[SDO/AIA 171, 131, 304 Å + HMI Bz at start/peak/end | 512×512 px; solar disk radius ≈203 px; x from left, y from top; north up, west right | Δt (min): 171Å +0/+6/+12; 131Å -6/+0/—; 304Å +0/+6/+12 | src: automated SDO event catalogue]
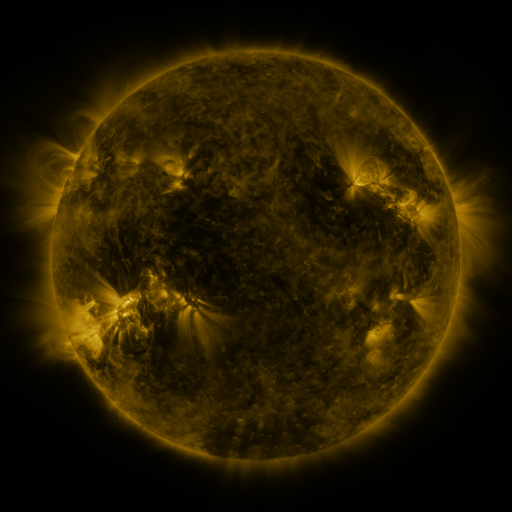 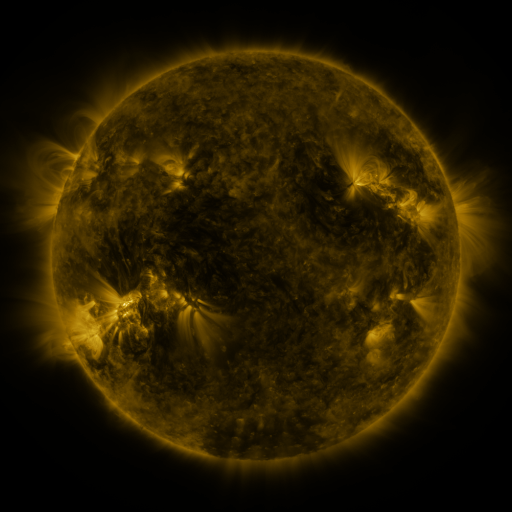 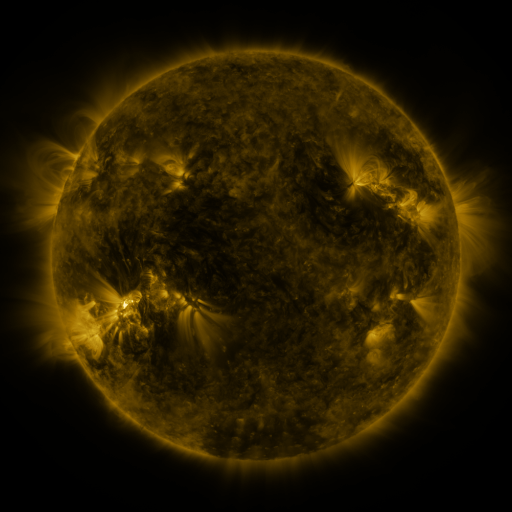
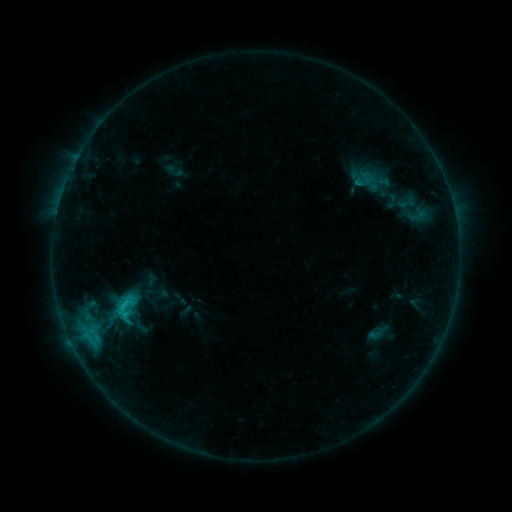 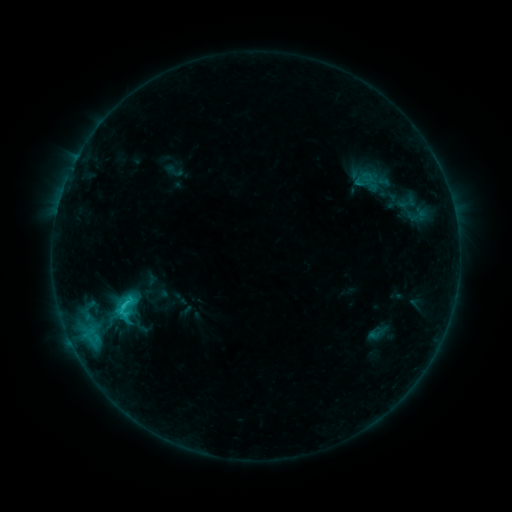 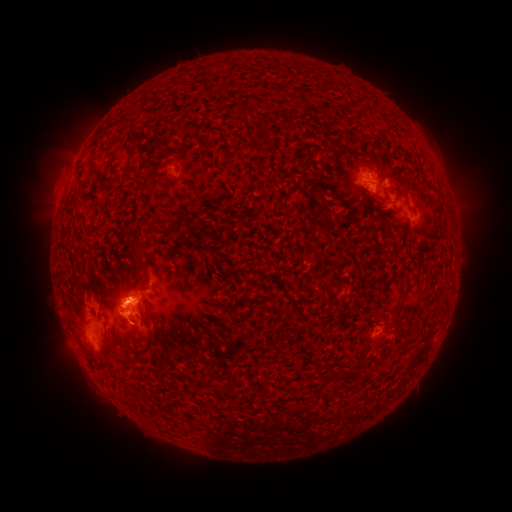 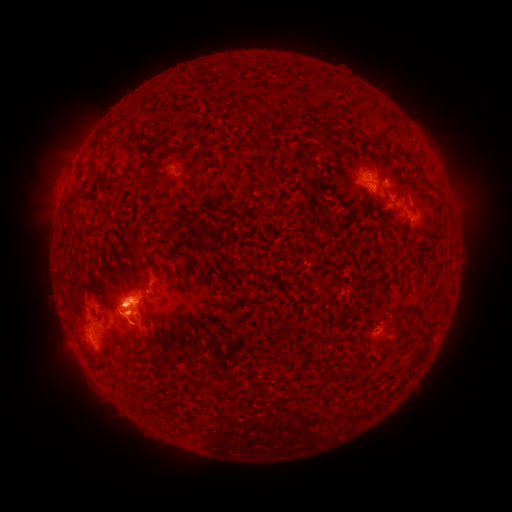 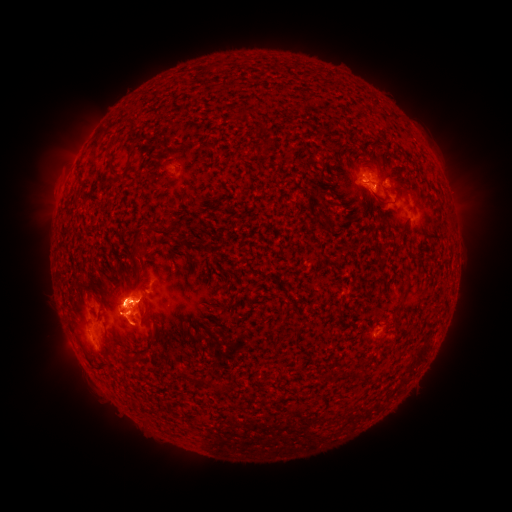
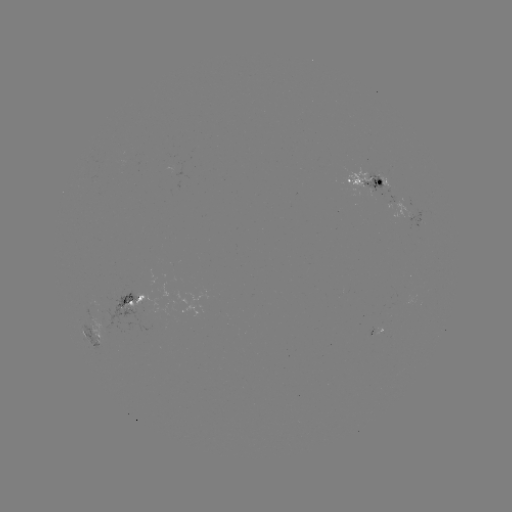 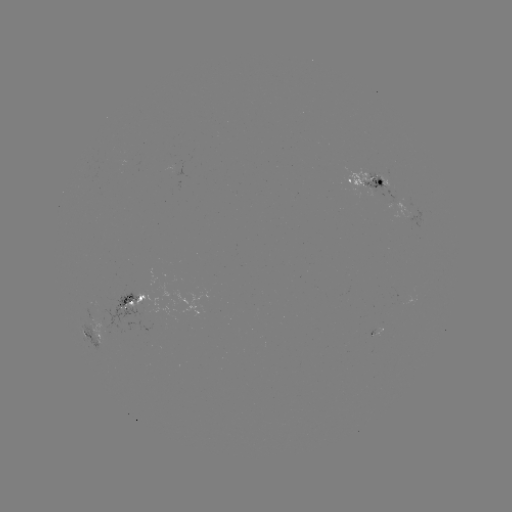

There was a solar eruption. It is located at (140, 303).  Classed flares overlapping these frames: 1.